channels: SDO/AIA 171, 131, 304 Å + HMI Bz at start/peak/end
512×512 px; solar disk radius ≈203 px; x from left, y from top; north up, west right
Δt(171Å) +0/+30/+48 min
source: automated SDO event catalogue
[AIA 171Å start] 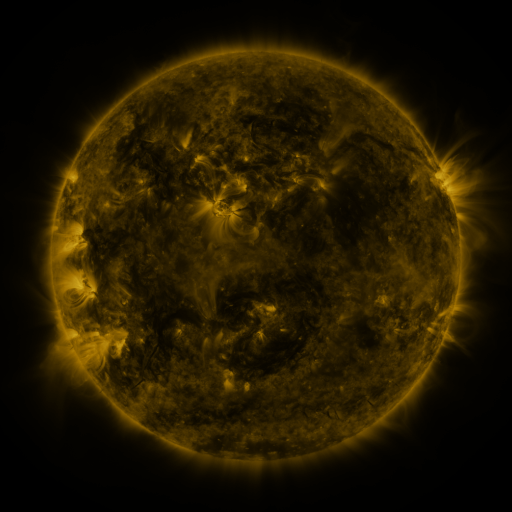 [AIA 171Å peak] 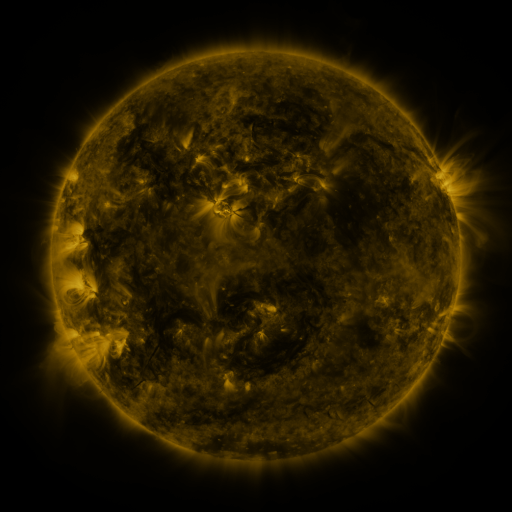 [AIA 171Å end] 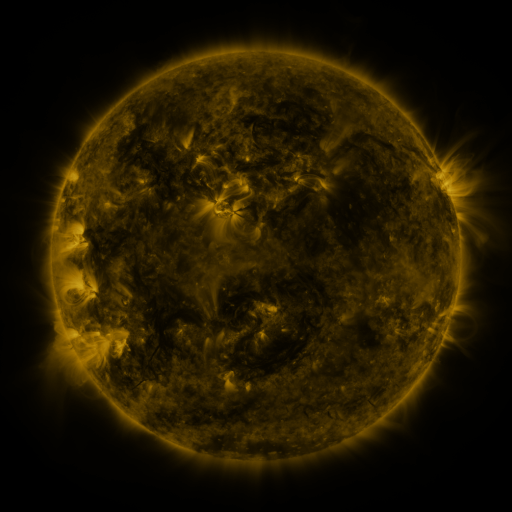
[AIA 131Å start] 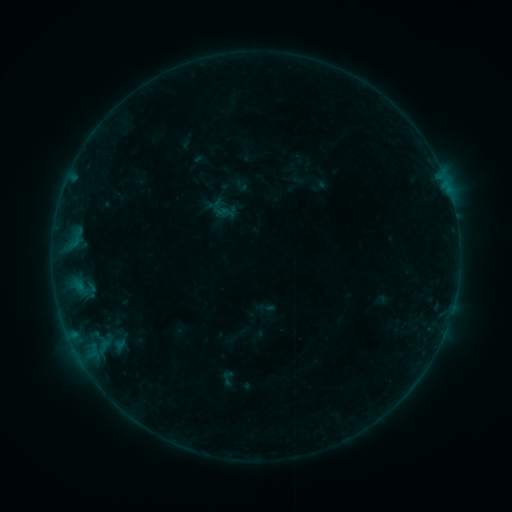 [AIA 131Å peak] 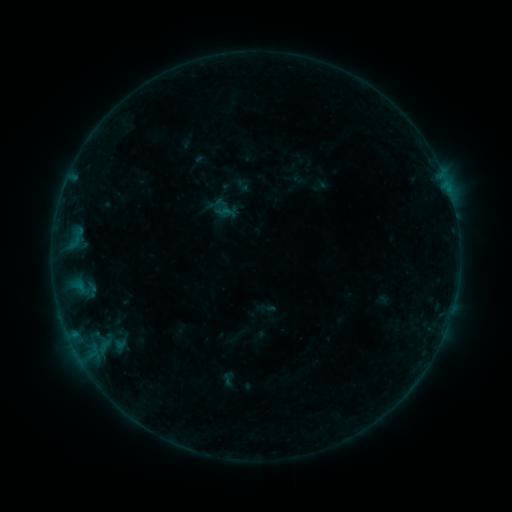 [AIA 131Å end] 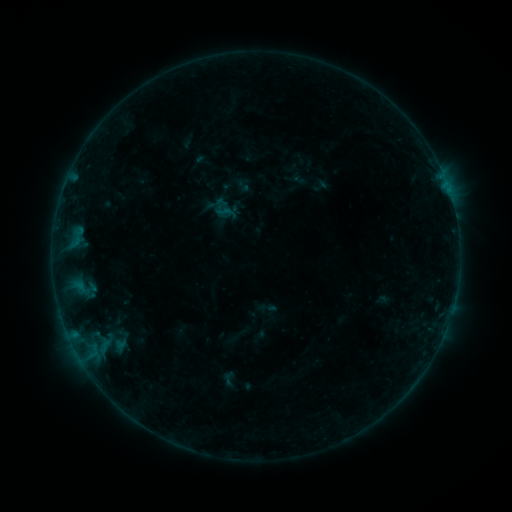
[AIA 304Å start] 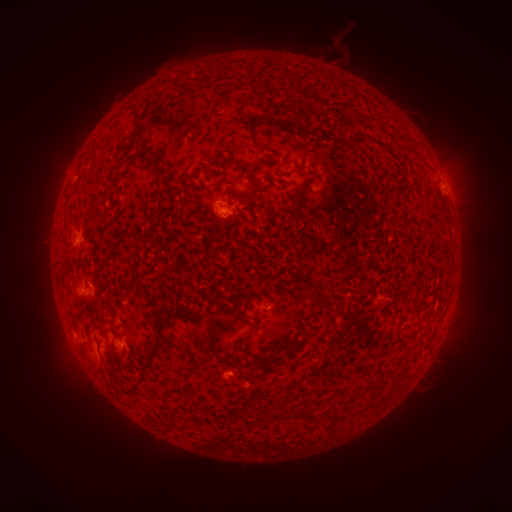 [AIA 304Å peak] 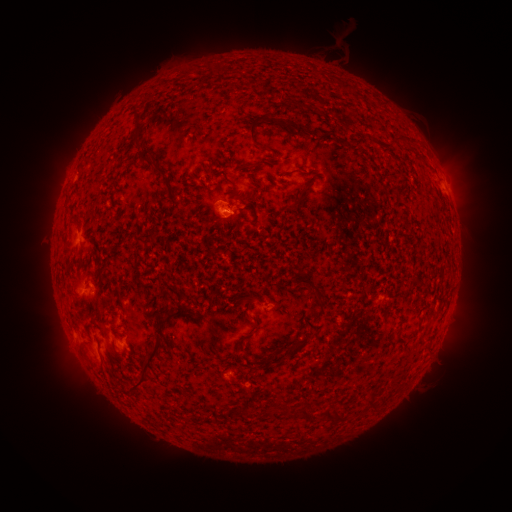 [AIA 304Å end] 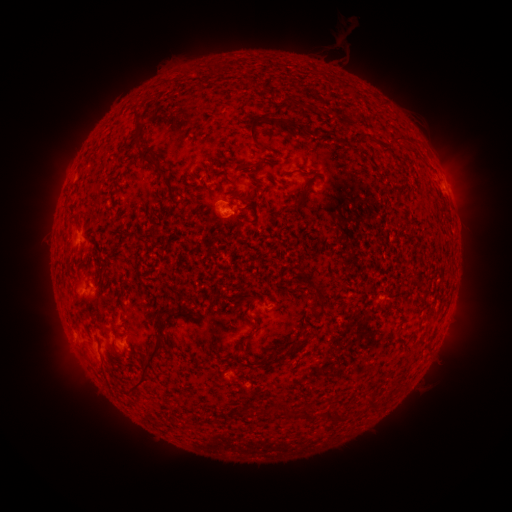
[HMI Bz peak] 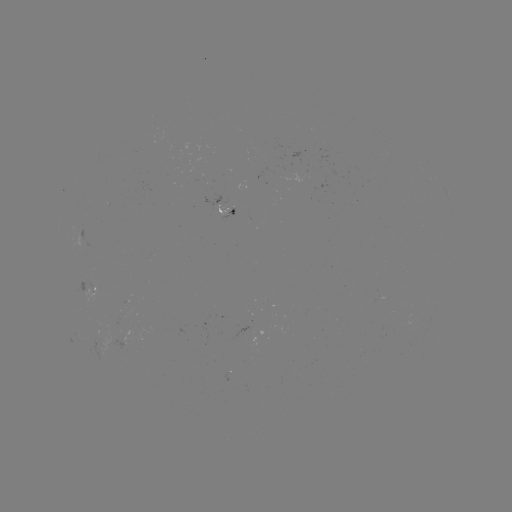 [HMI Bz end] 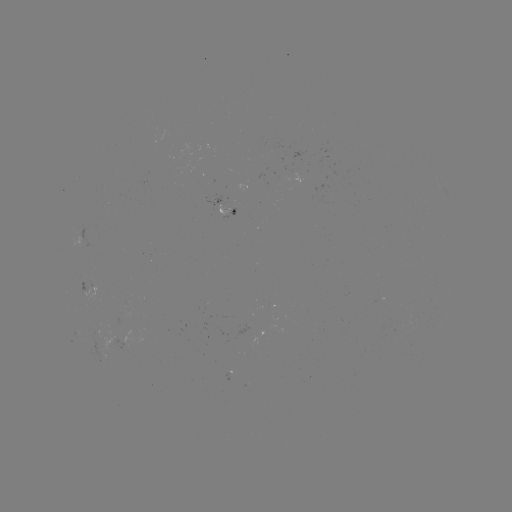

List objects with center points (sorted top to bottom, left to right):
B2.0 flare: (227, 214)
